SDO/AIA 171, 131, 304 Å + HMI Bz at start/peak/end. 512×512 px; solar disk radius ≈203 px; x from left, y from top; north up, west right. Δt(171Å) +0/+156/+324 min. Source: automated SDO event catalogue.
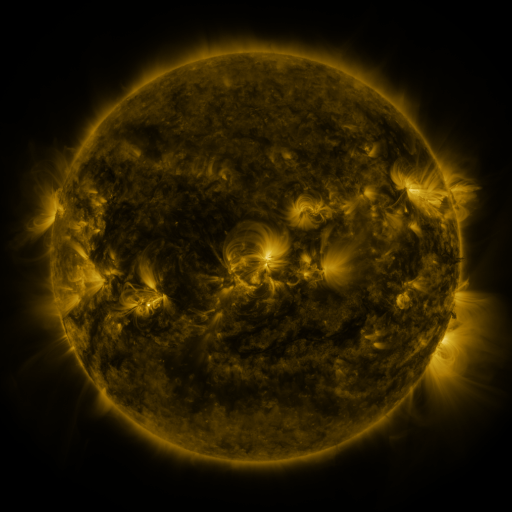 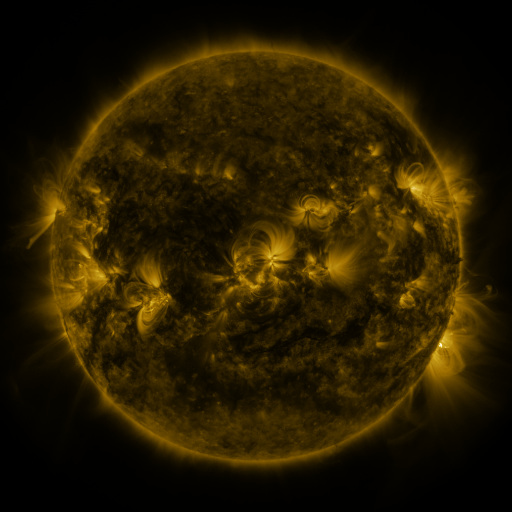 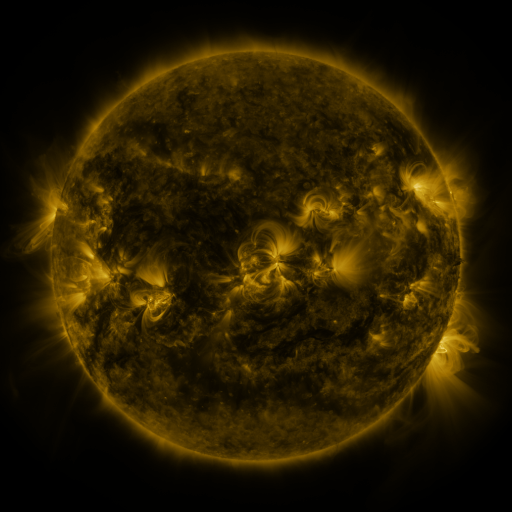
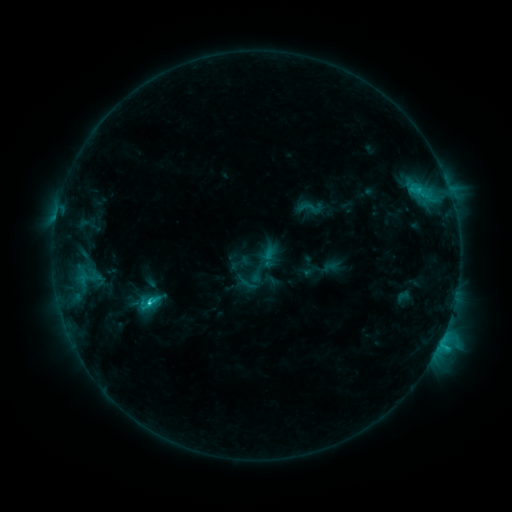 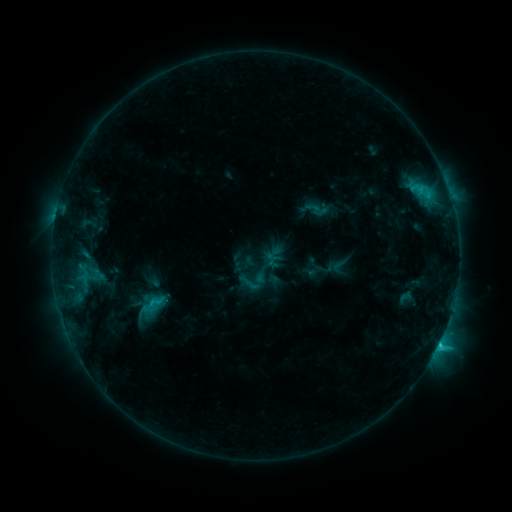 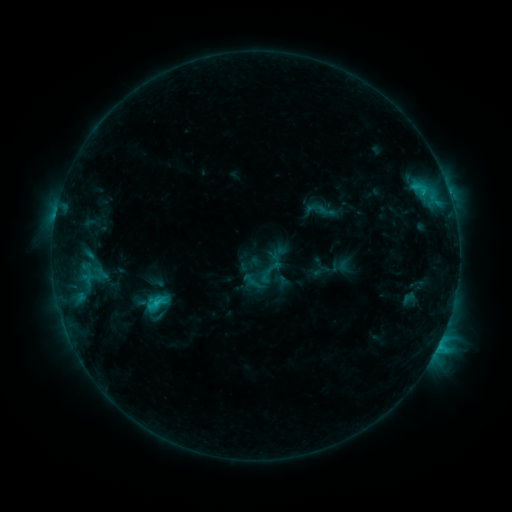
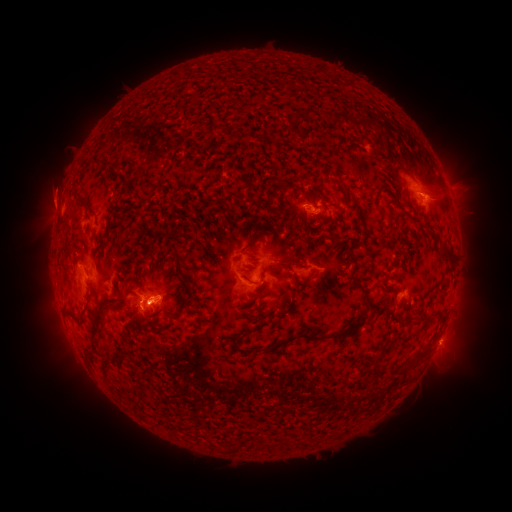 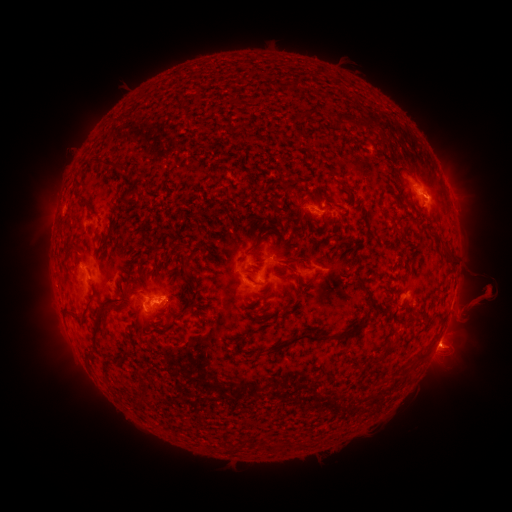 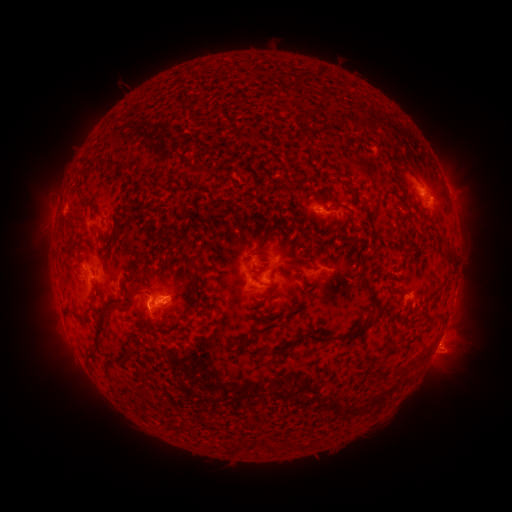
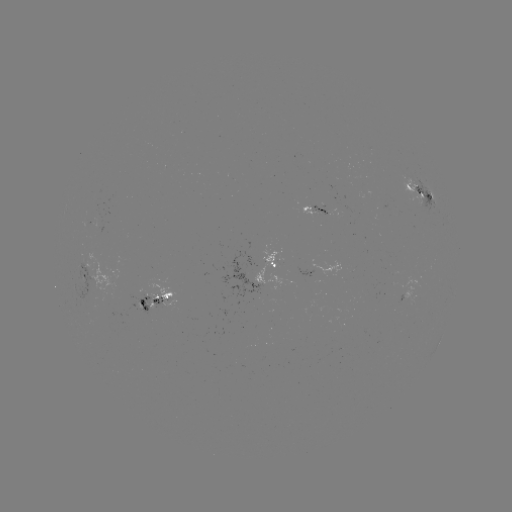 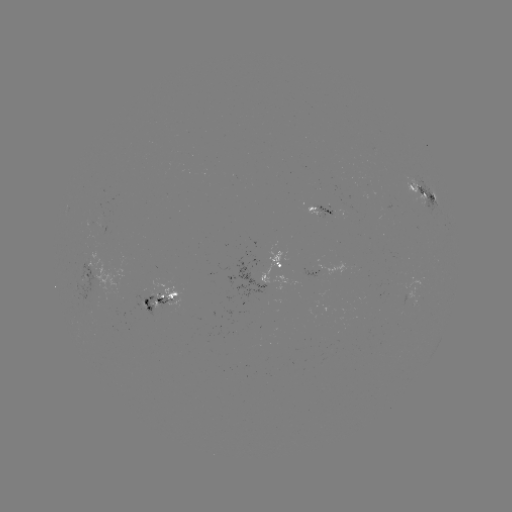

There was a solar filament eruption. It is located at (461, 304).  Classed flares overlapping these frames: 2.